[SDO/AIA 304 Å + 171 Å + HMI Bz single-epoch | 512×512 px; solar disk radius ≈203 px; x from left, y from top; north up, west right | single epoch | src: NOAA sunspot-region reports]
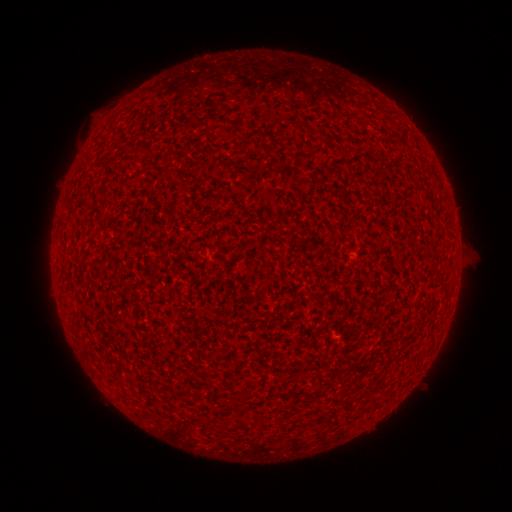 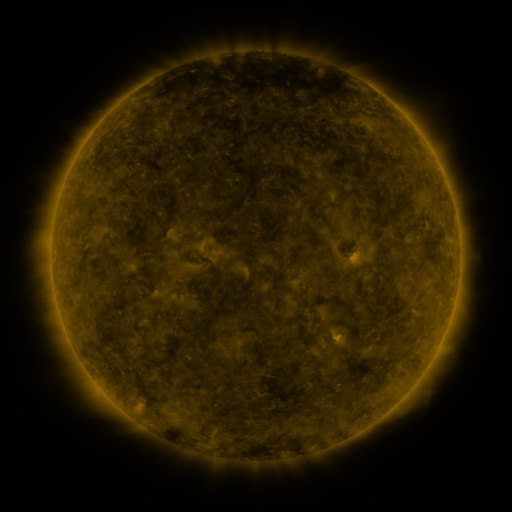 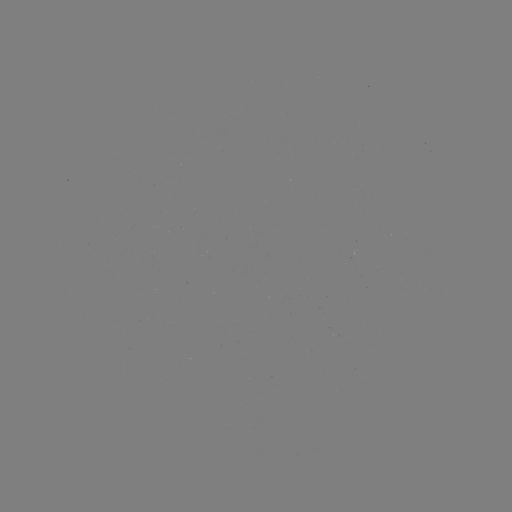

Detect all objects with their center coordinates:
(none)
